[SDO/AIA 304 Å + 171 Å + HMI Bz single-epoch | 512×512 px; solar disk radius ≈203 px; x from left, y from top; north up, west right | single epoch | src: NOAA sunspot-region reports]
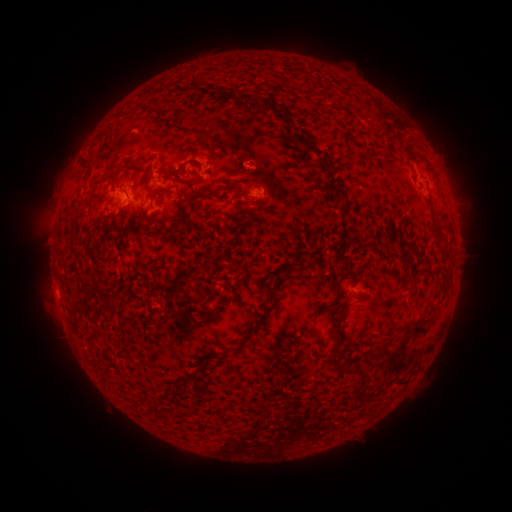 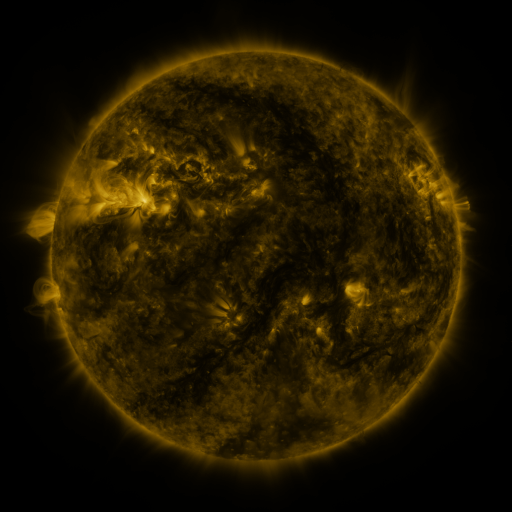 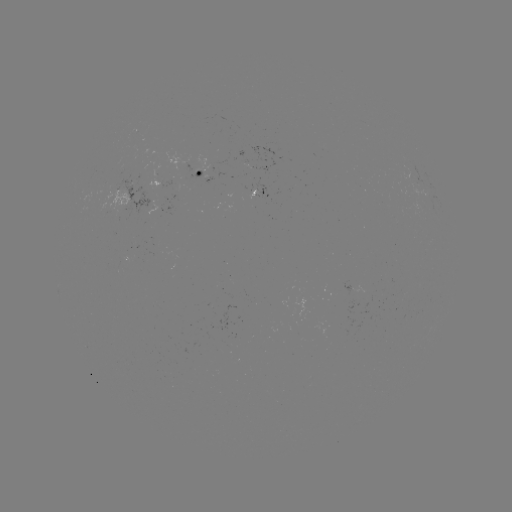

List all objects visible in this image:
spotted active region: (262, 165)
spotted active region: (205, 169)
spotted active region: (262, 192)
spotted active region: (177, 204)
